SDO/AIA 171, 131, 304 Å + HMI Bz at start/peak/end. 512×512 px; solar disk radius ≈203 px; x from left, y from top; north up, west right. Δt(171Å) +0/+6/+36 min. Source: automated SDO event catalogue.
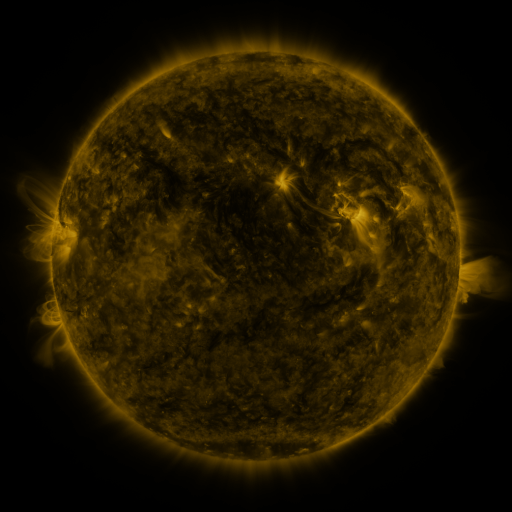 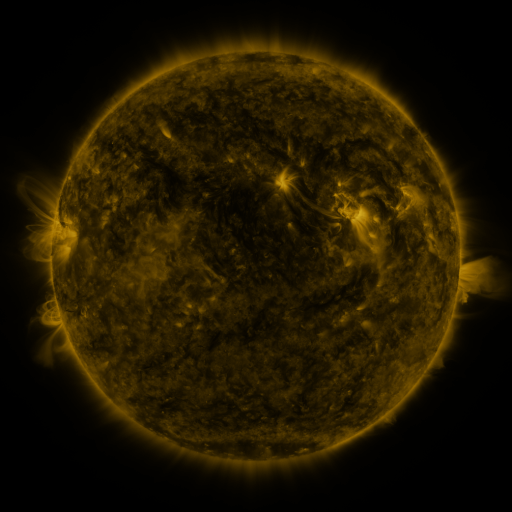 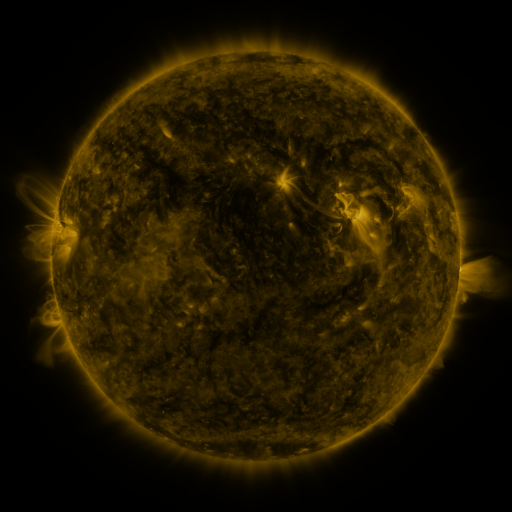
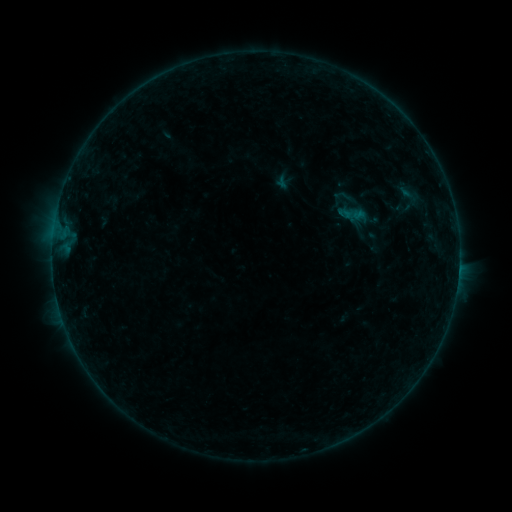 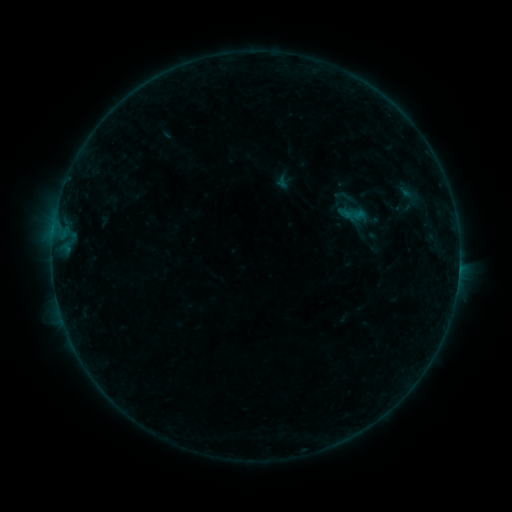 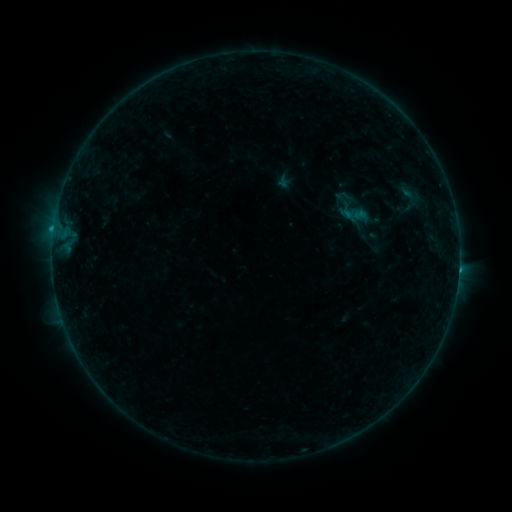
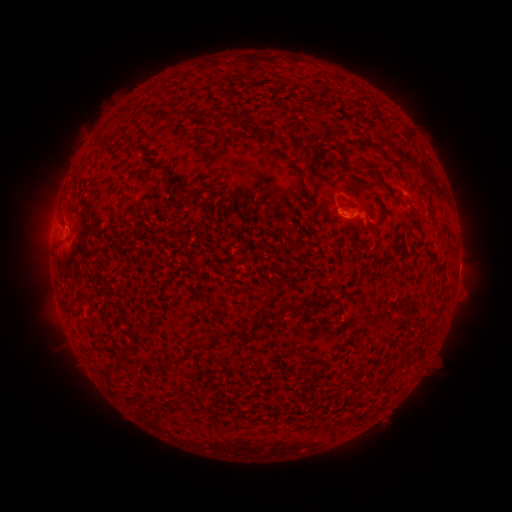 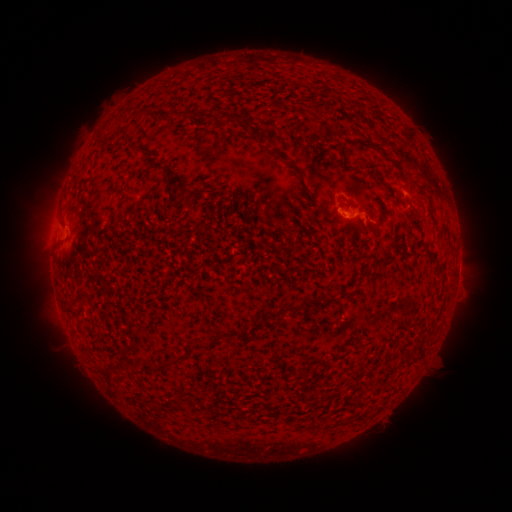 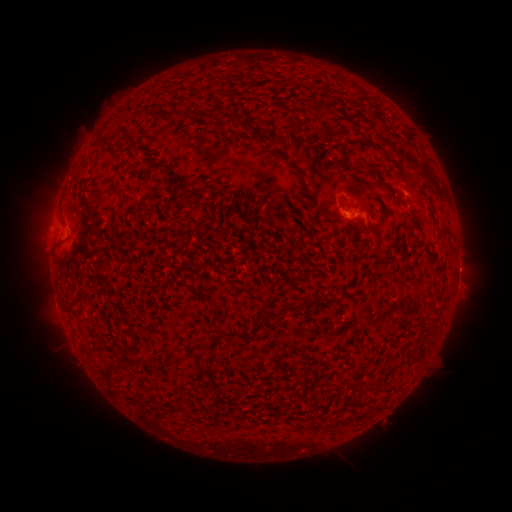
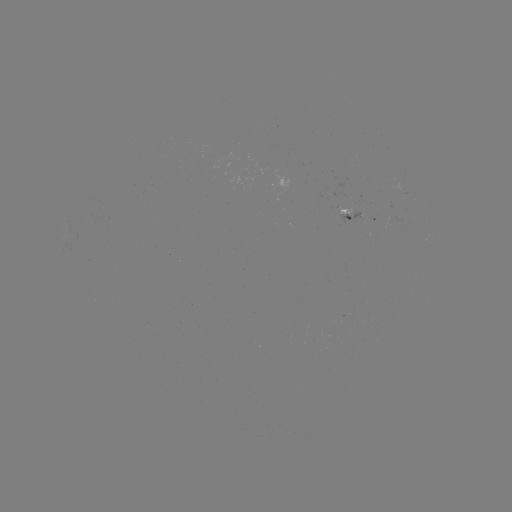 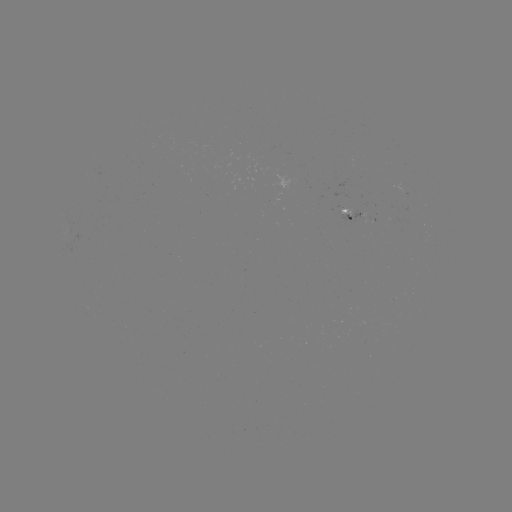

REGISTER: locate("C1.1 flare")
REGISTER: [458, 266]